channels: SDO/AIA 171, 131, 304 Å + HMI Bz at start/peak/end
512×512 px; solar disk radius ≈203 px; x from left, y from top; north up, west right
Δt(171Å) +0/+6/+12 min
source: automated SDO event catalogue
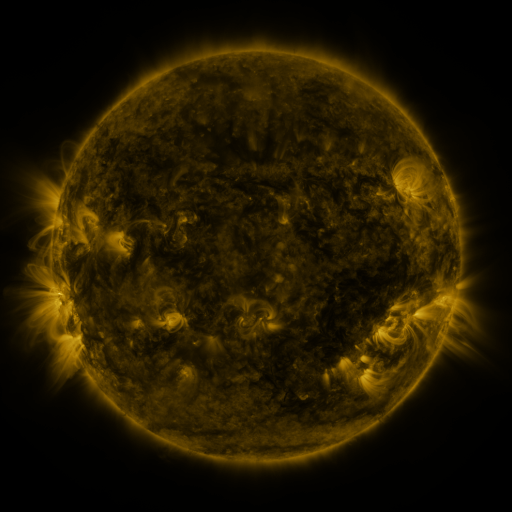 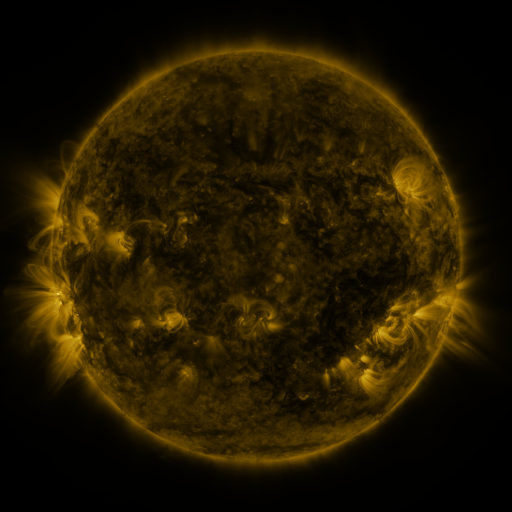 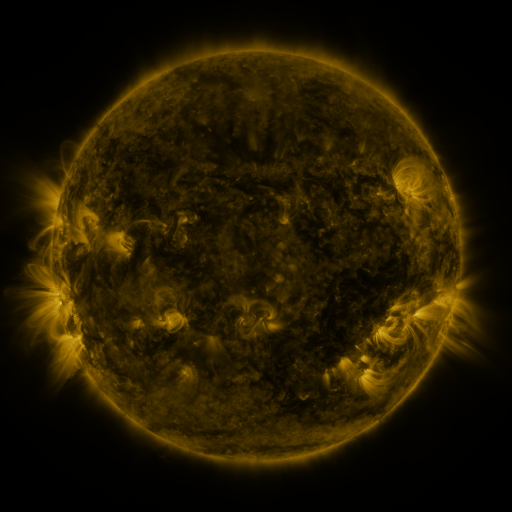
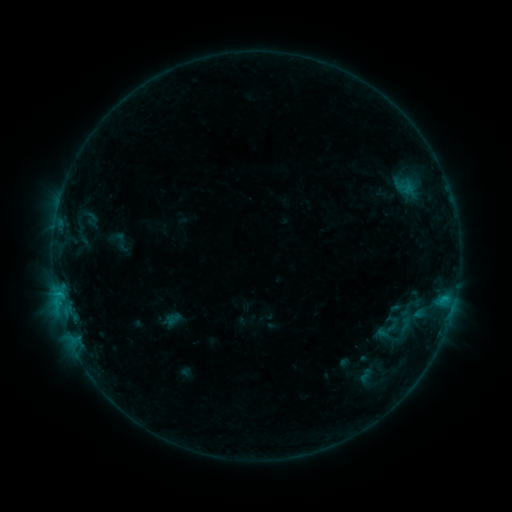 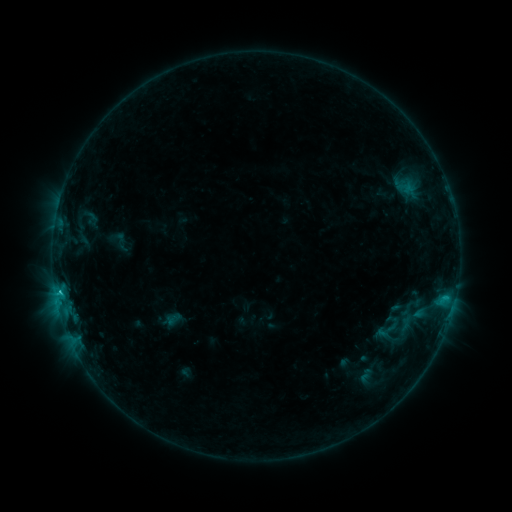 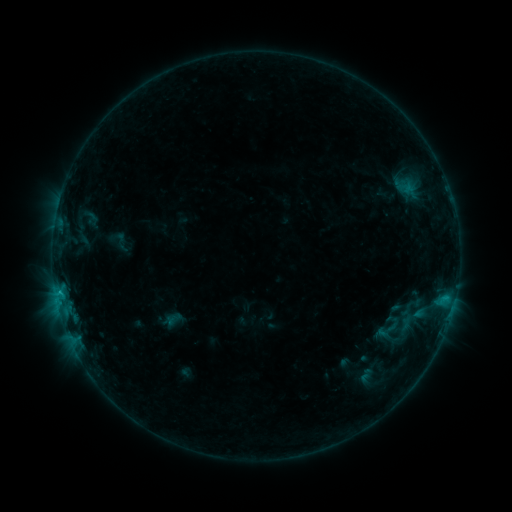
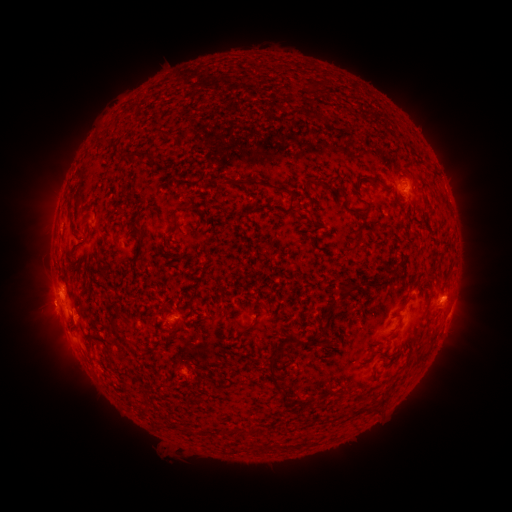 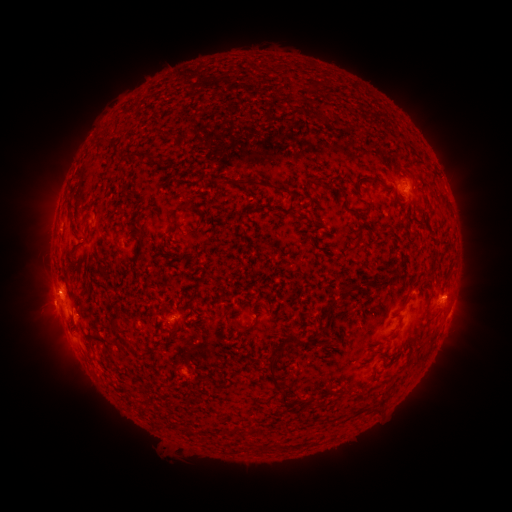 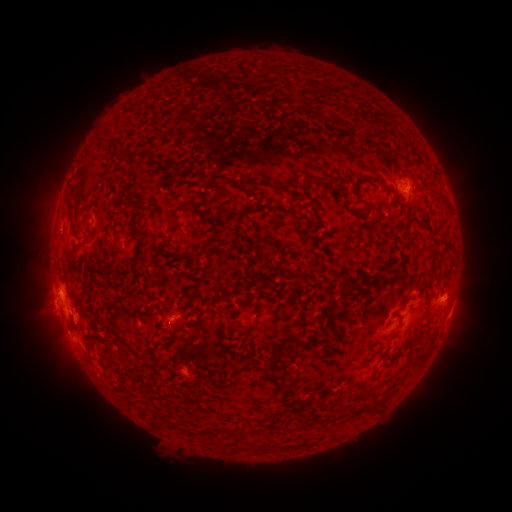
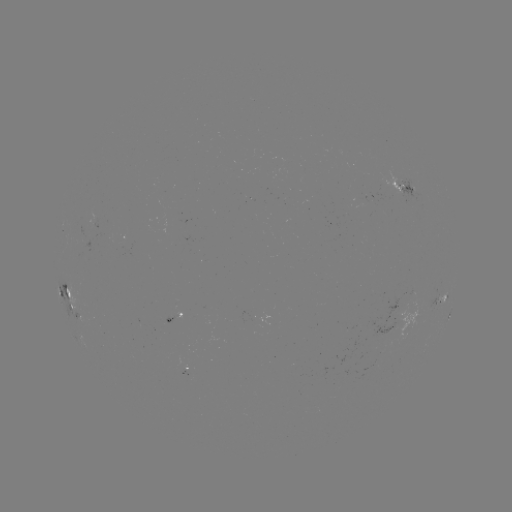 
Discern B8.6 flare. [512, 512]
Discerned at [61, 290].